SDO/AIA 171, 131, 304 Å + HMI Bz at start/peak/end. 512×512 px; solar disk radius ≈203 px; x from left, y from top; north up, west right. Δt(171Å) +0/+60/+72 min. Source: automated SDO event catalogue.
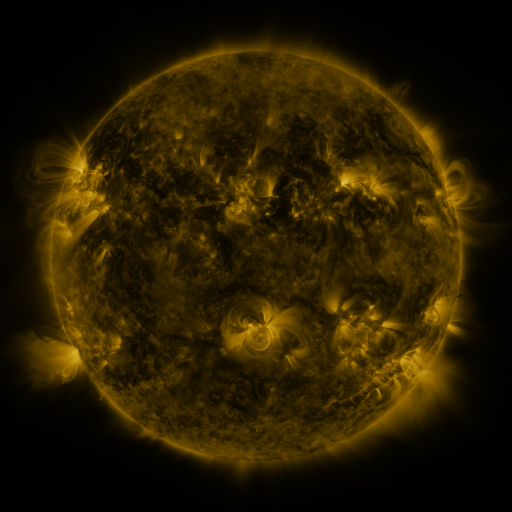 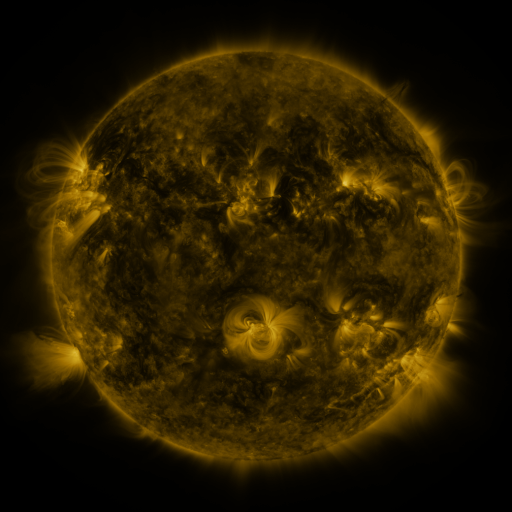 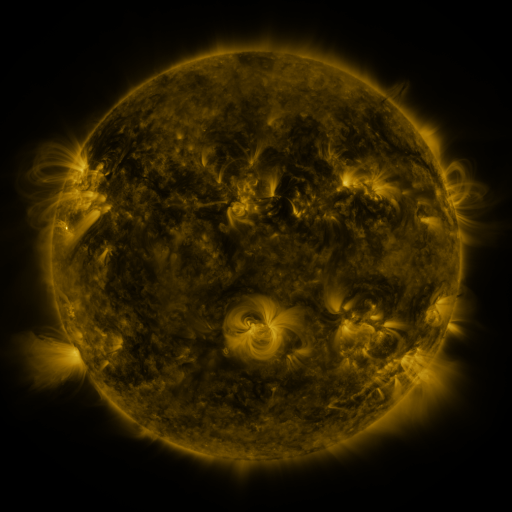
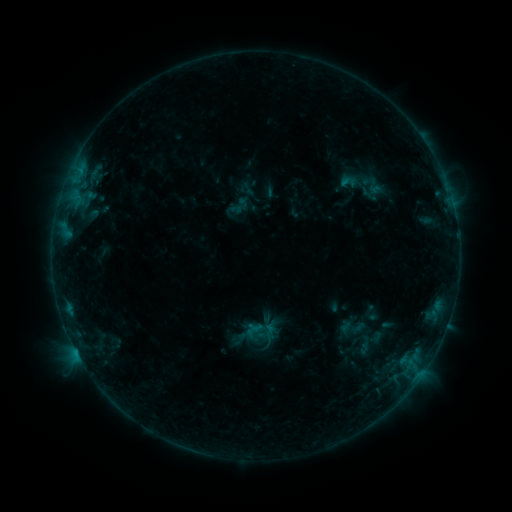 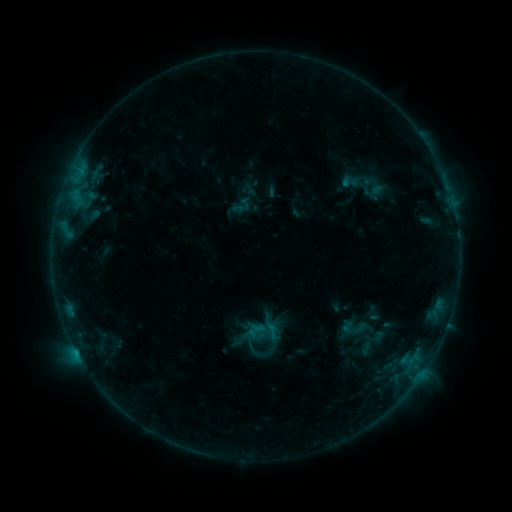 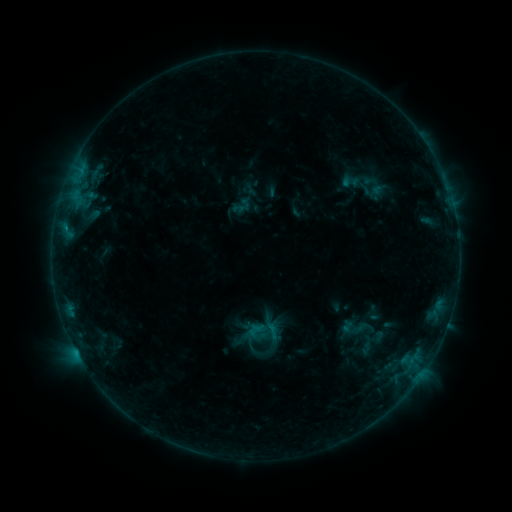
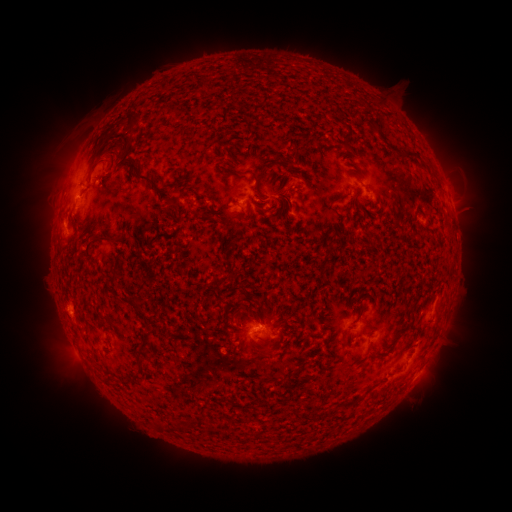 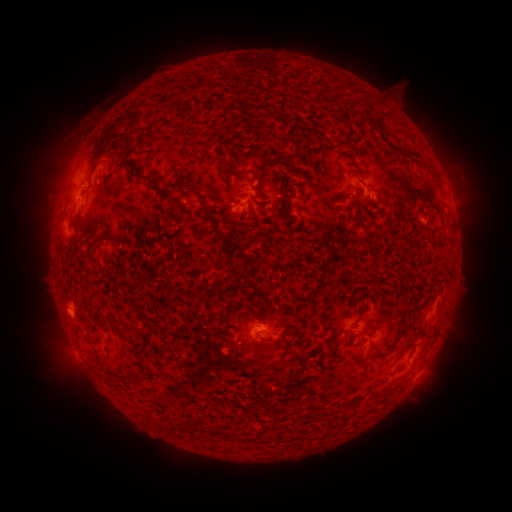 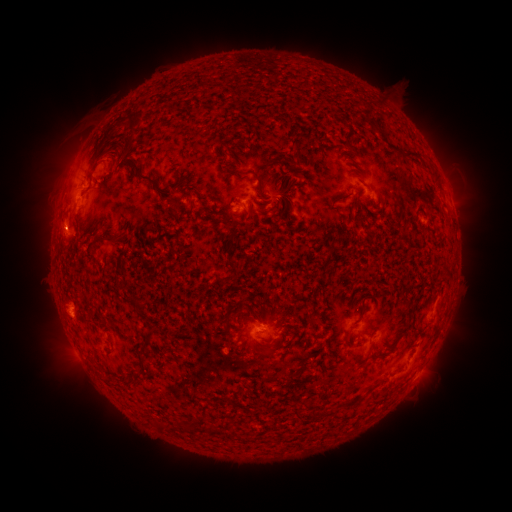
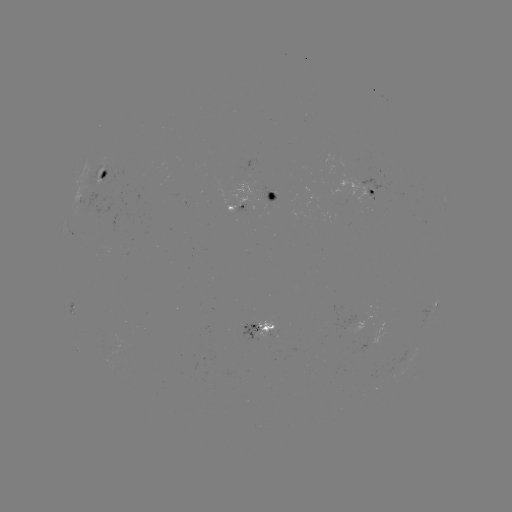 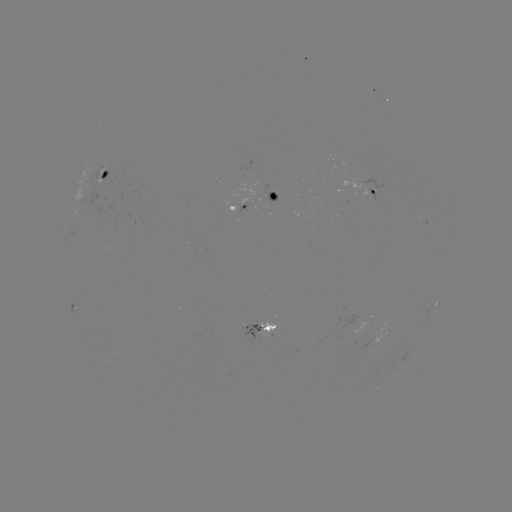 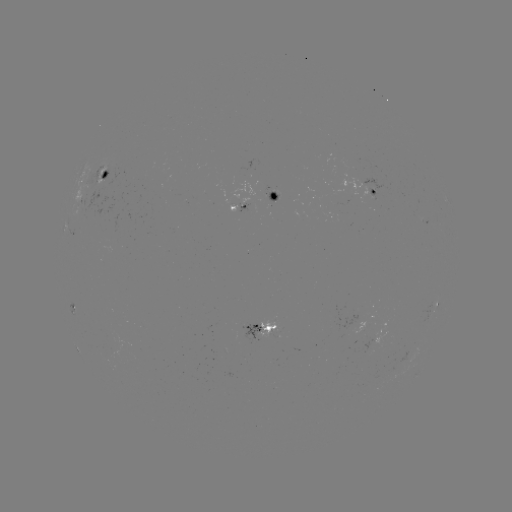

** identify emerging-flux region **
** [101, 182] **